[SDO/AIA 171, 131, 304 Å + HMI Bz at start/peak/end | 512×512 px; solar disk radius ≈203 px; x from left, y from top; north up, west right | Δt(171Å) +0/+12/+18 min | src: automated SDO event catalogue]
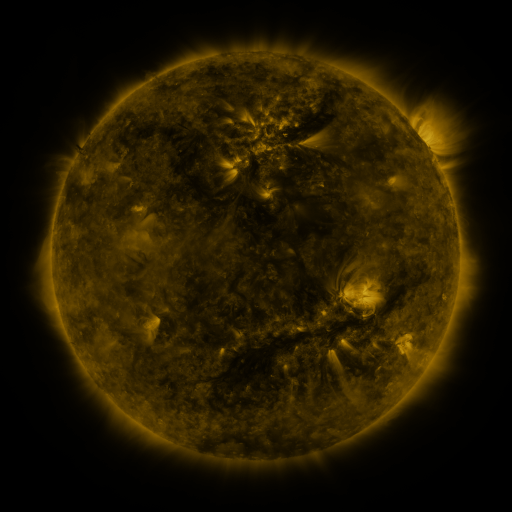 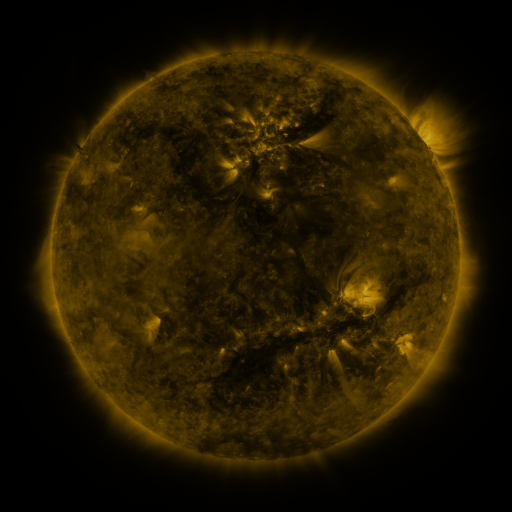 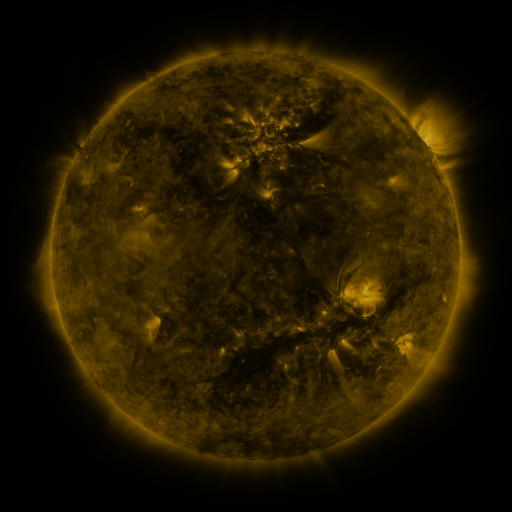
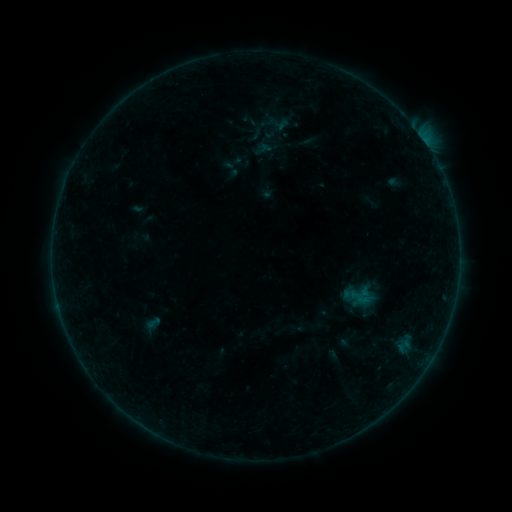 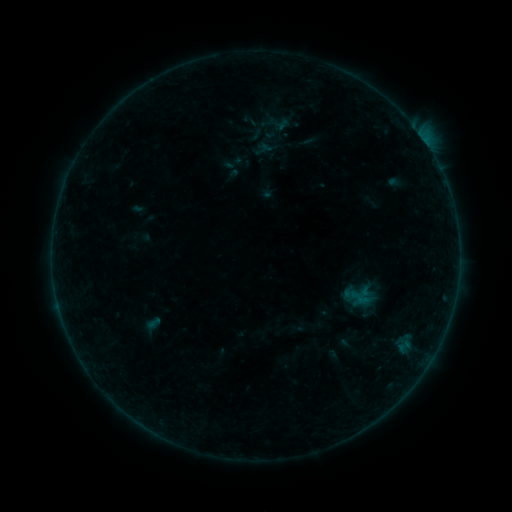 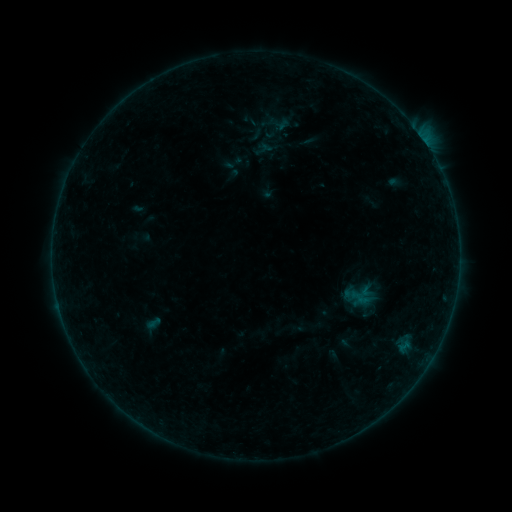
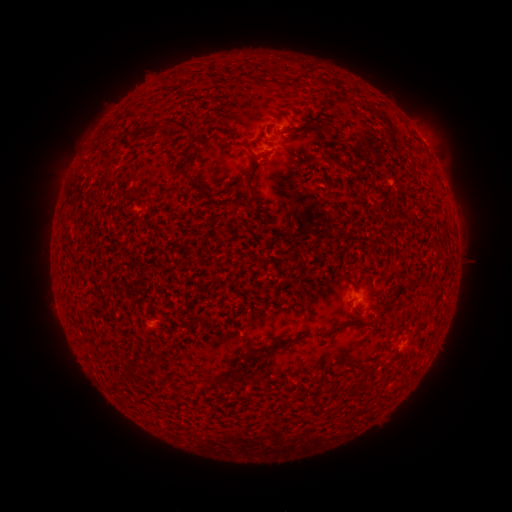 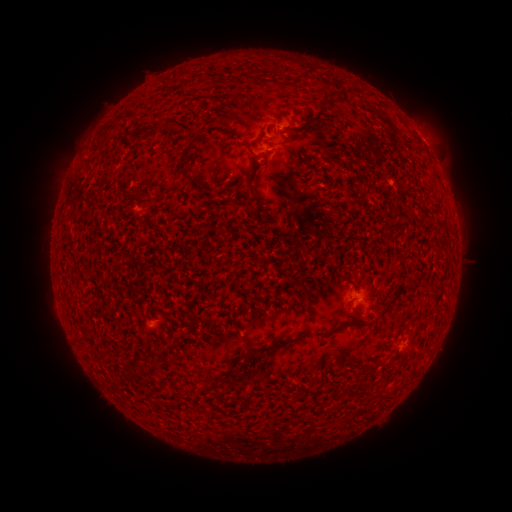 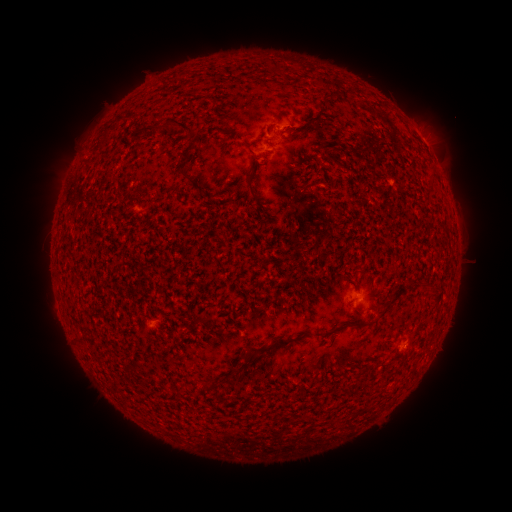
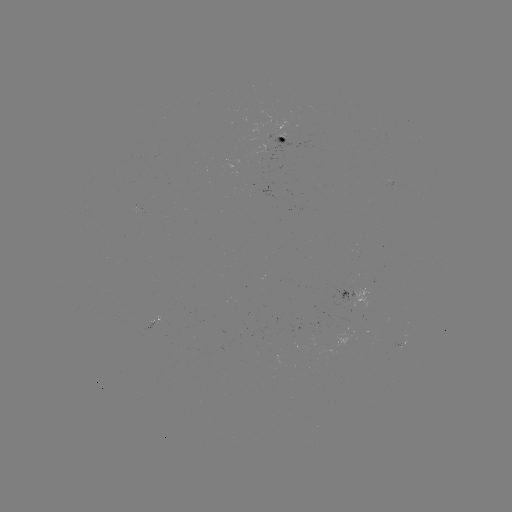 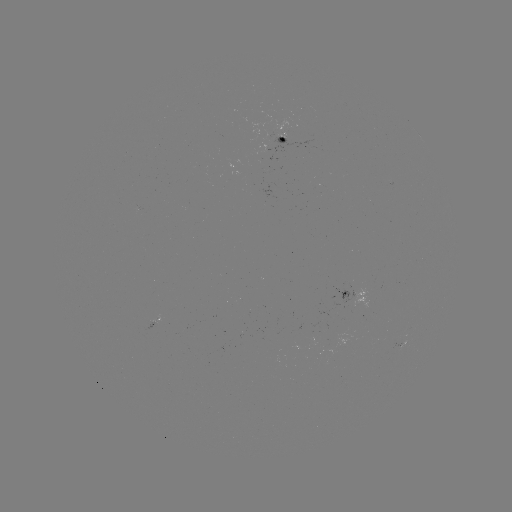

no flare in any classed list; no EUV-trigger detection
